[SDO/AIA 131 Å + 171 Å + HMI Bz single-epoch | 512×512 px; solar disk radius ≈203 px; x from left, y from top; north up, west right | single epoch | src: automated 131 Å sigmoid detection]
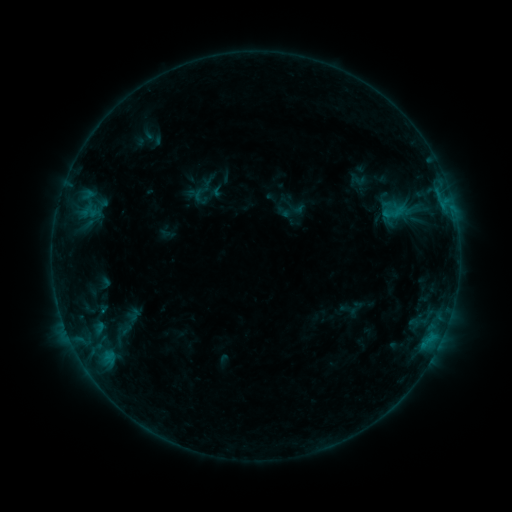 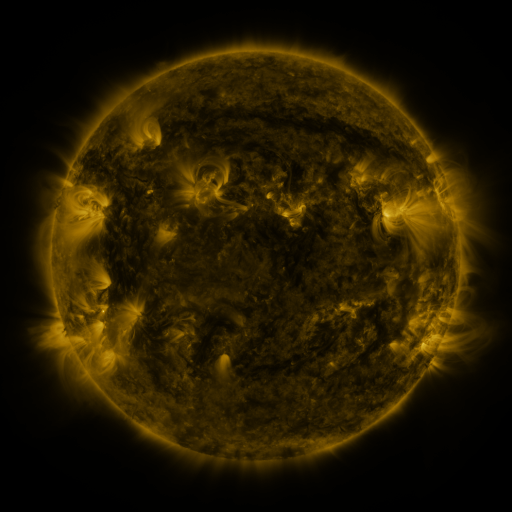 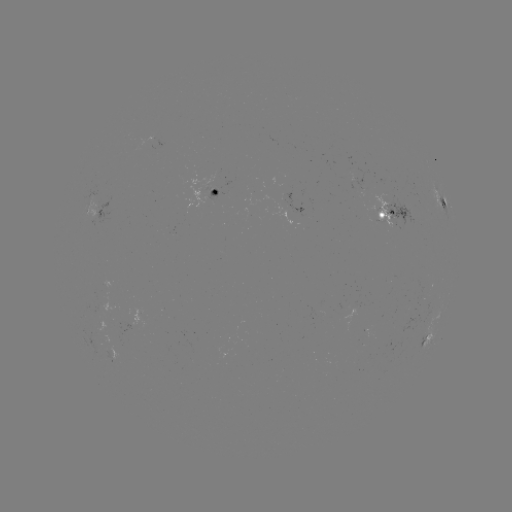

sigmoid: [377, 198, 410, 226]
